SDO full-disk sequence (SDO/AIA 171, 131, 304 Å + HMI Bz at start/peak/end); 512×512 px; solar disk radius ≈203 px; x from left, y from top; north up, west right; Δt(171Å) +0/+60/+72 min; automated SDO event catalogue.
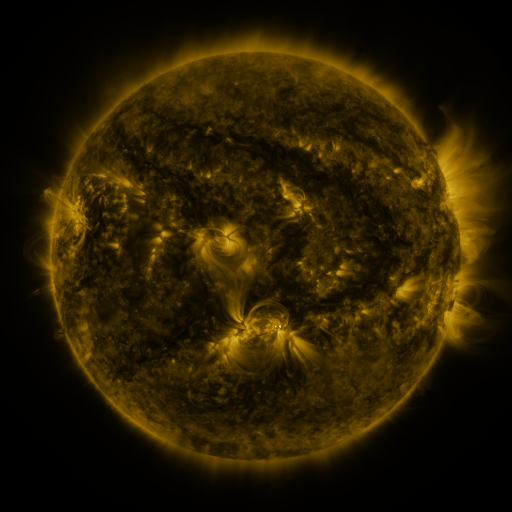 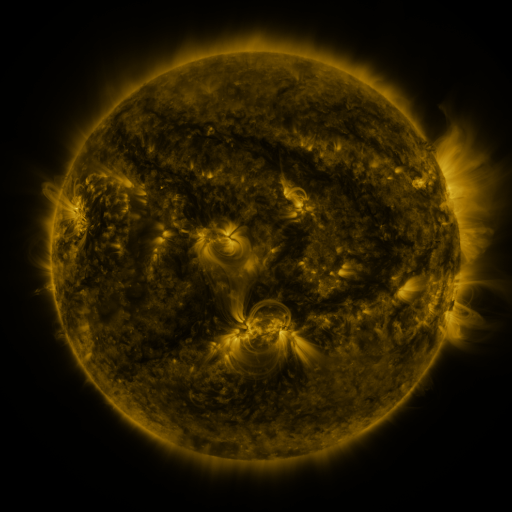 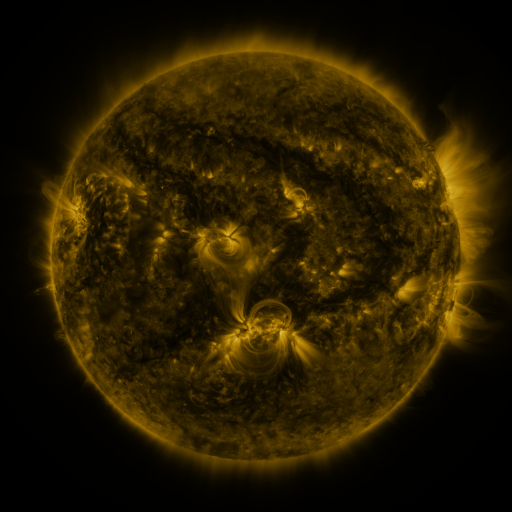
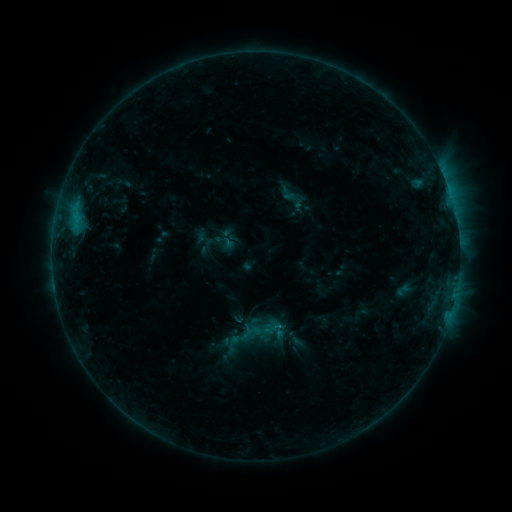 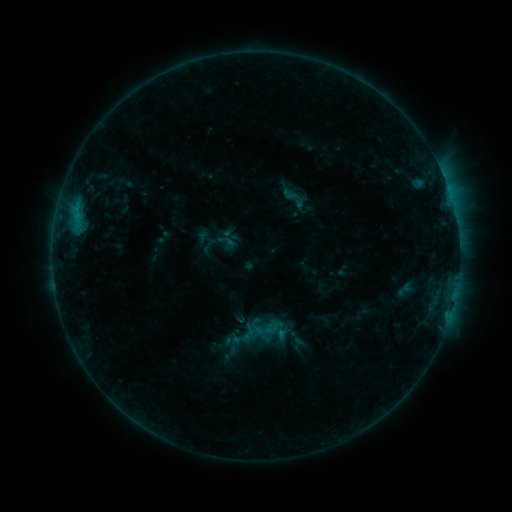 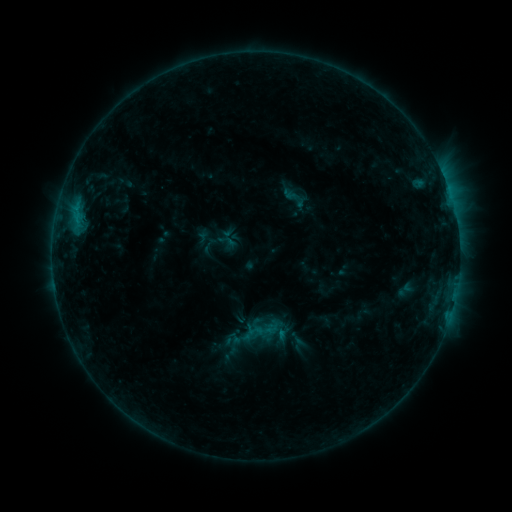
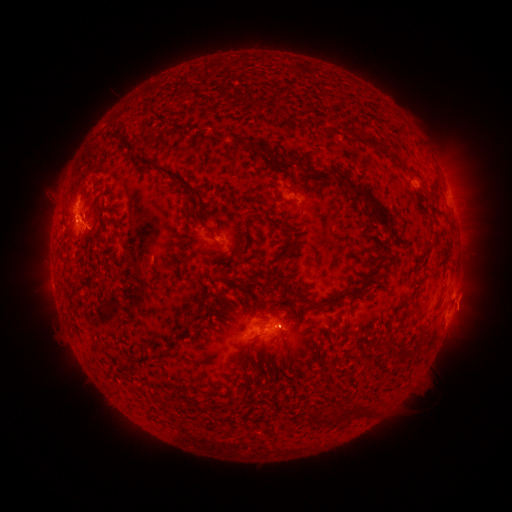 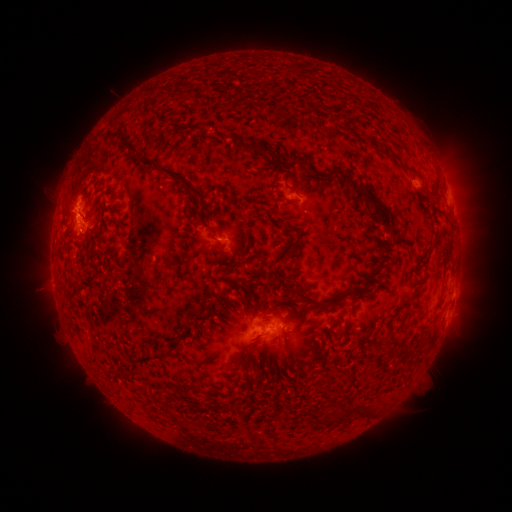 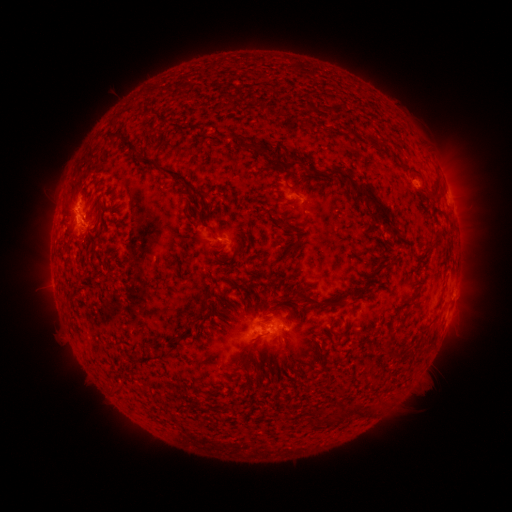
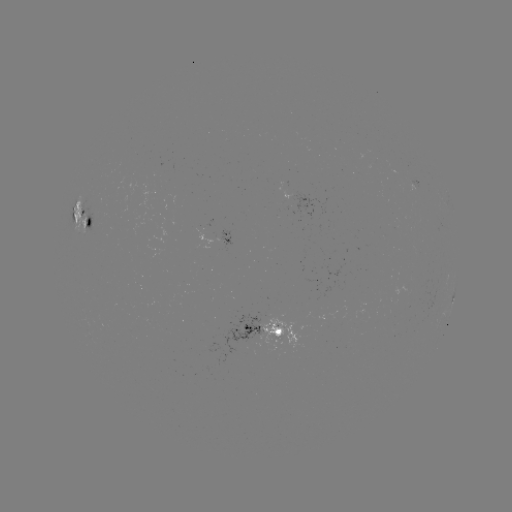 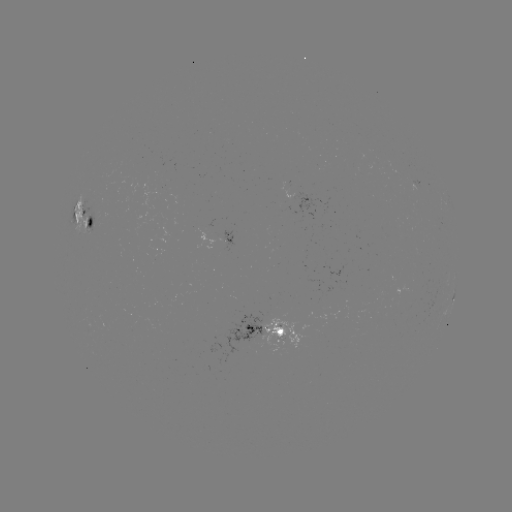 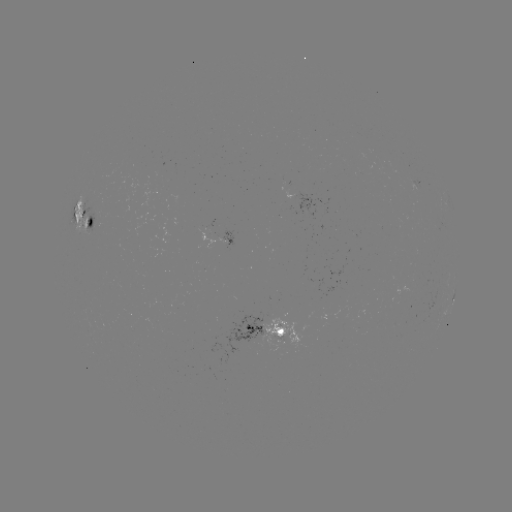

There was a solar emerging-flux region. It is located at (225, 237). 